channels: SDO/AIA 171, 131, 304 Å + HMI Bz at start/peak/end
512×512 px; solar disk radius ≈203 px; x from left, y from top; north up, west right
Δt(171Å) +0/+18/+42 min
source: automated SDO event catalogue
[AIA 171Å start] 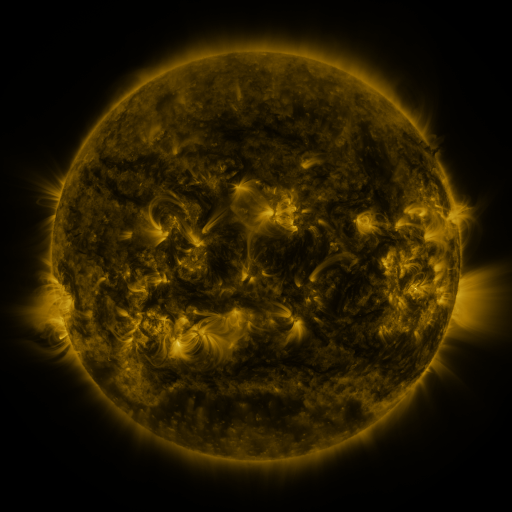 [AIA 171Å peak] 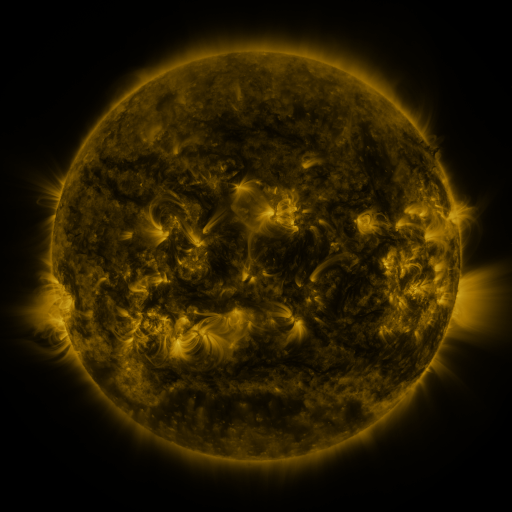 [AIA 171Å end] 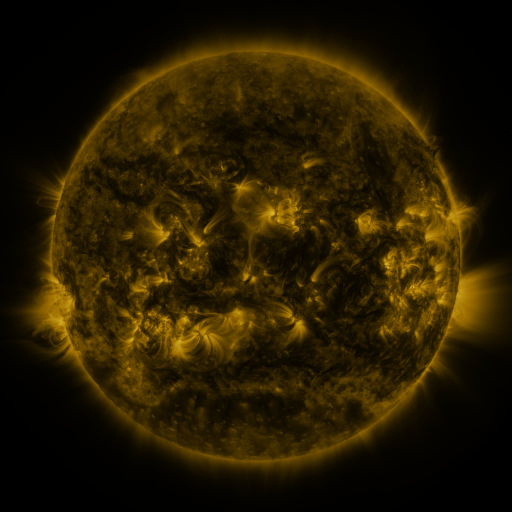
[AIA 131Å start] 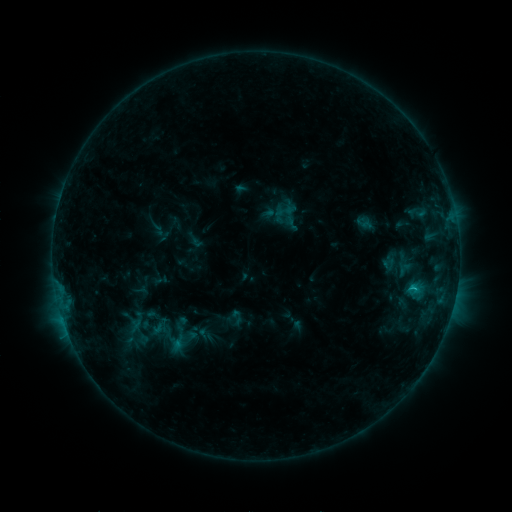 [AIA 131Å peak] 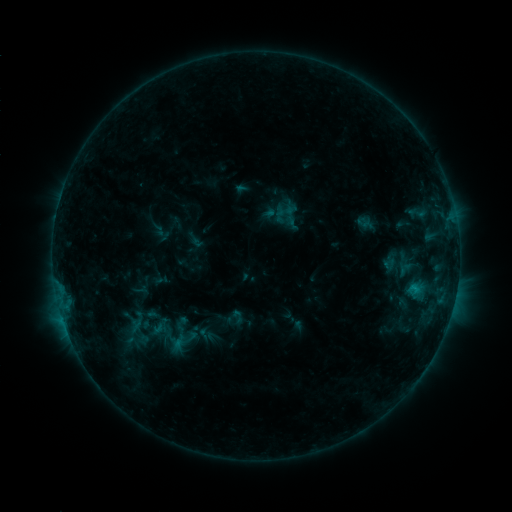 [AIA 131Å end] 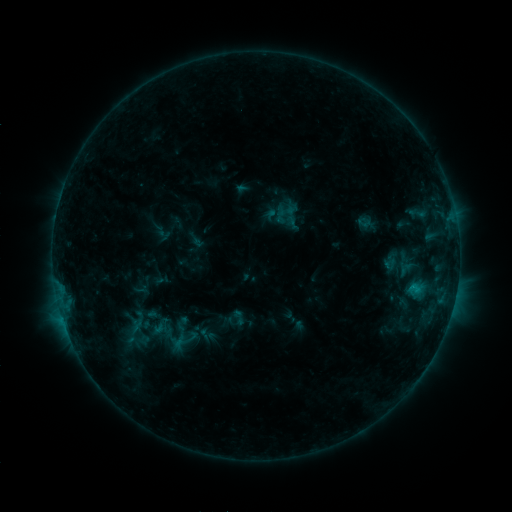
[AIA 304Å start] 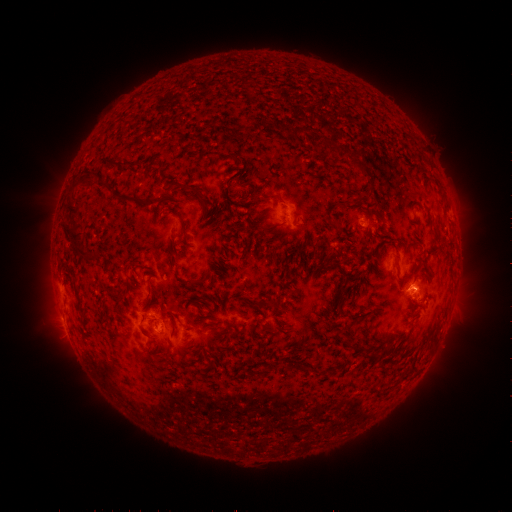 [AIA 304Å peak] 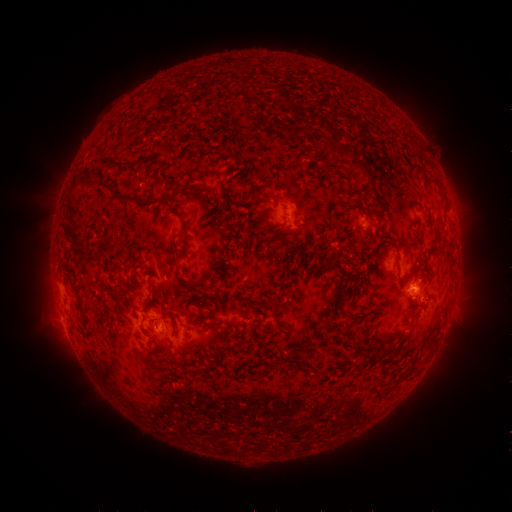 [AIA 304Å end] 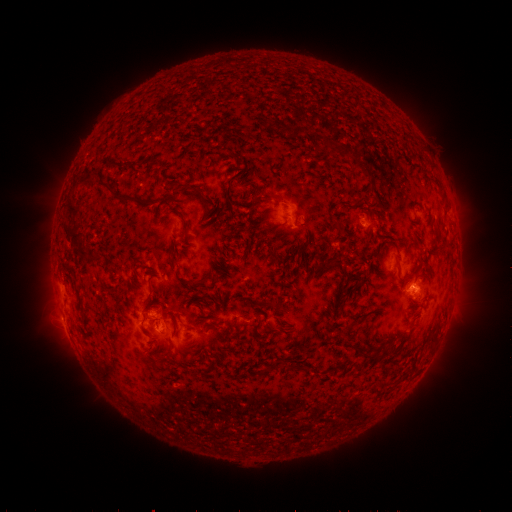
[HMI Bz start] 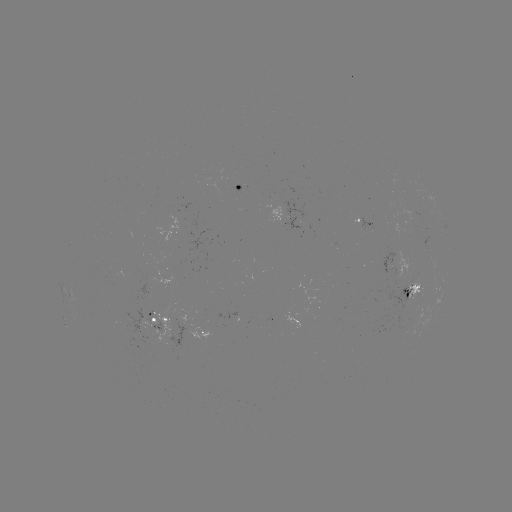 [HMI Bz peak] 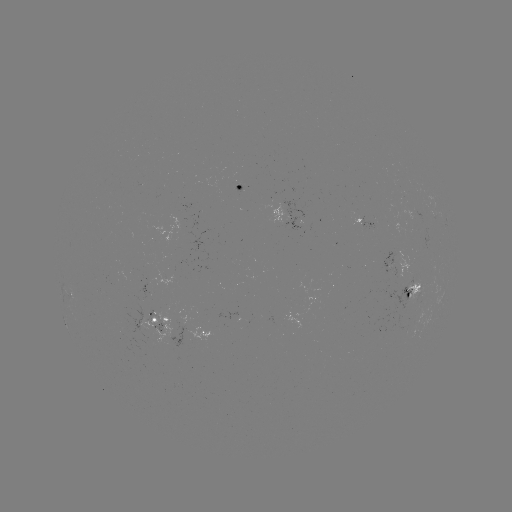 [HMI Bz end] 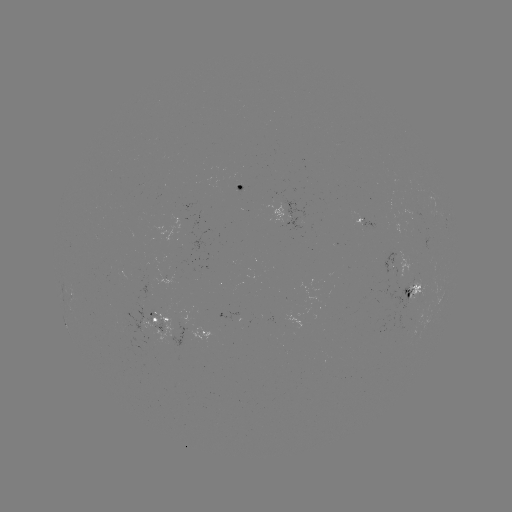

no classed flare was catalogued and no EUV brightening was flagged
